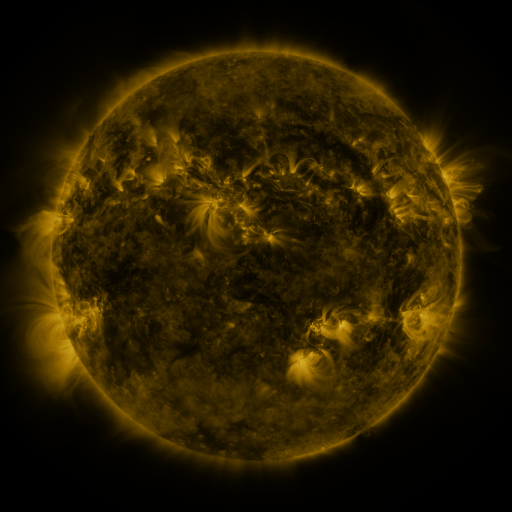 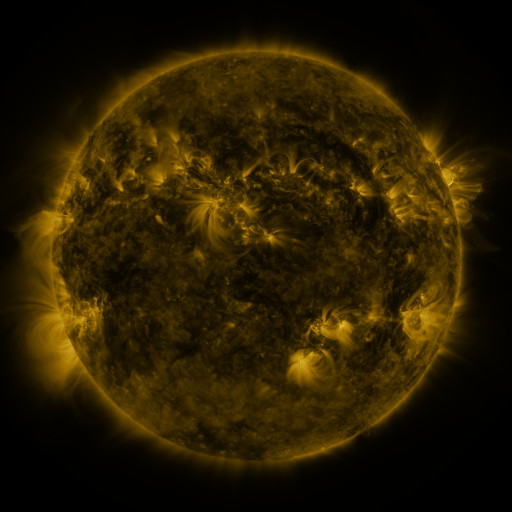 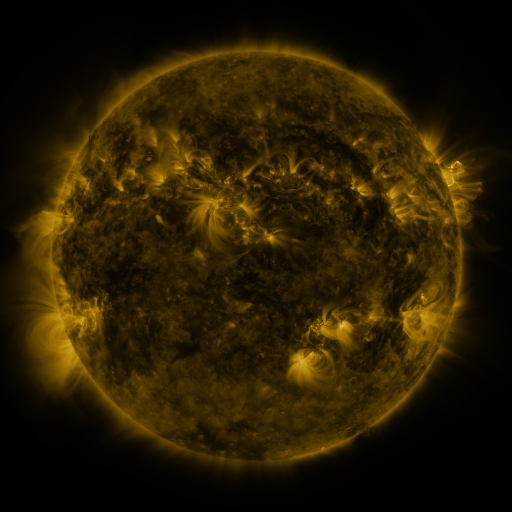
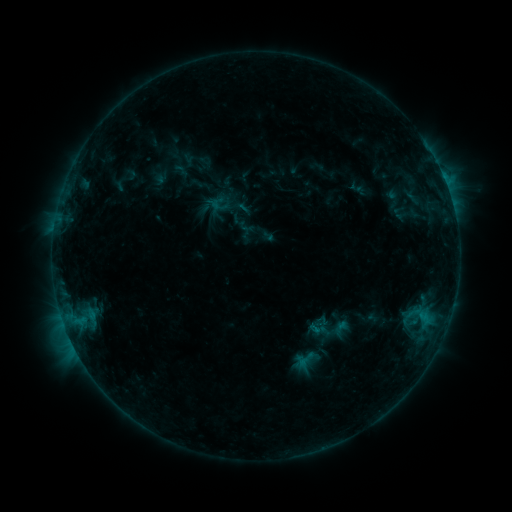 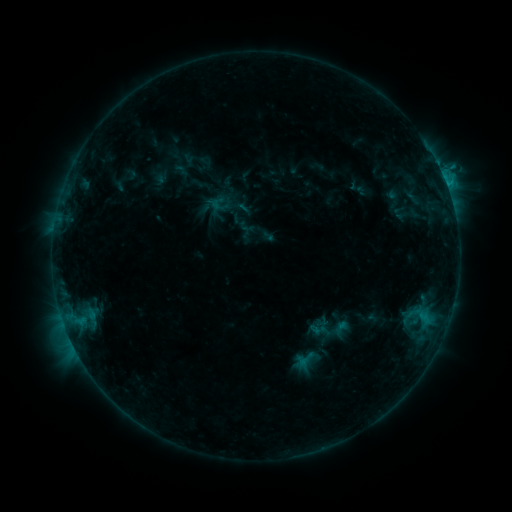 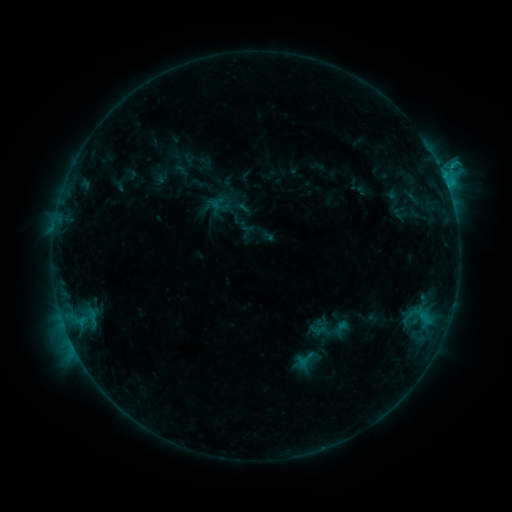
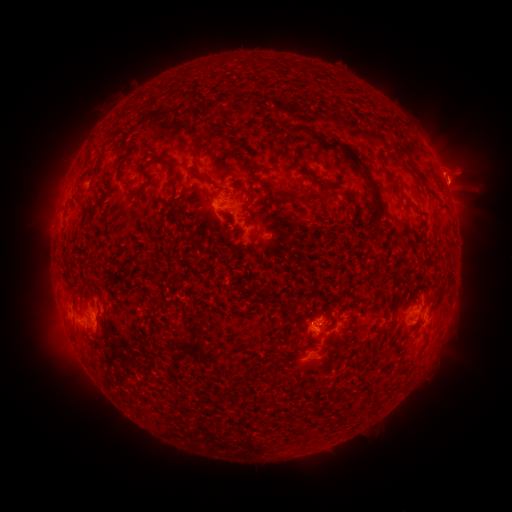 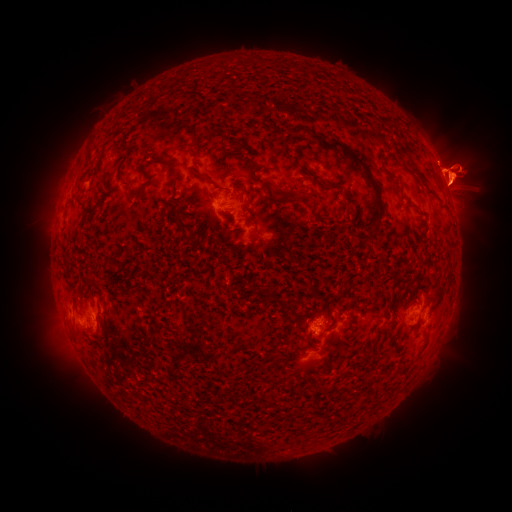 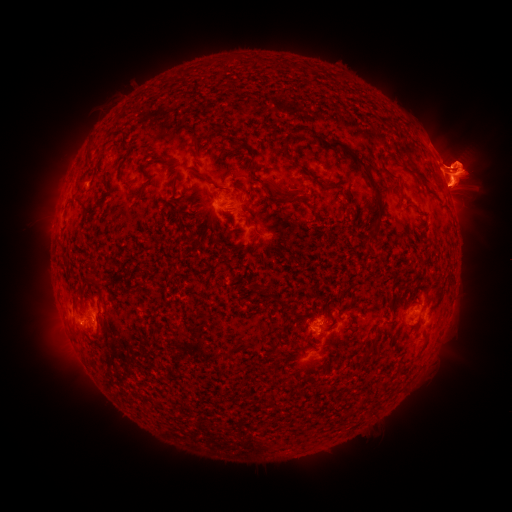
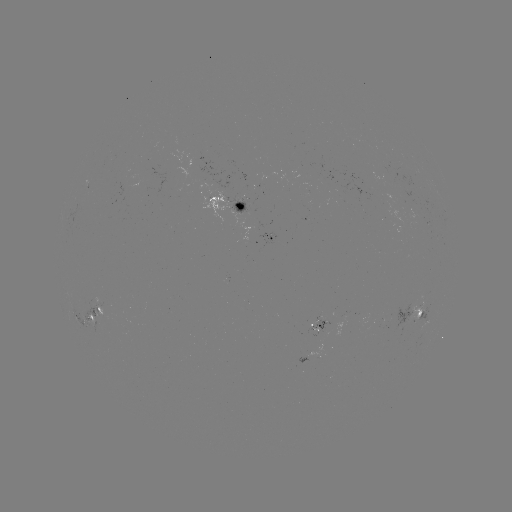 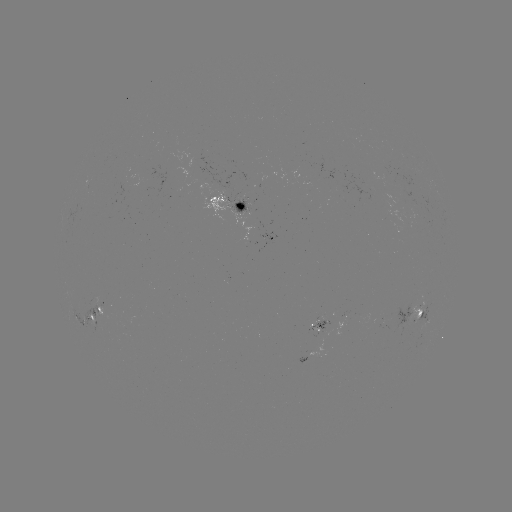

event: eruption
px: (464, 261)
